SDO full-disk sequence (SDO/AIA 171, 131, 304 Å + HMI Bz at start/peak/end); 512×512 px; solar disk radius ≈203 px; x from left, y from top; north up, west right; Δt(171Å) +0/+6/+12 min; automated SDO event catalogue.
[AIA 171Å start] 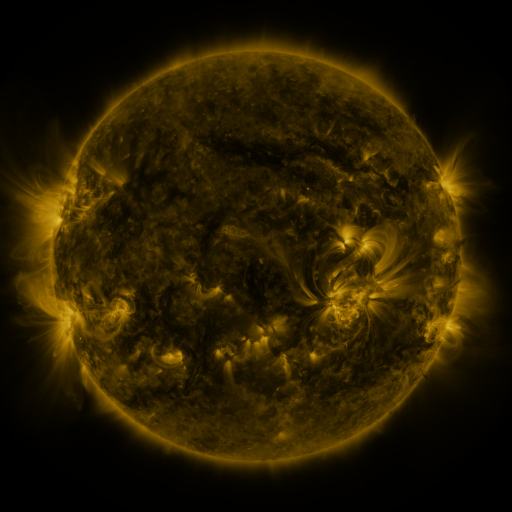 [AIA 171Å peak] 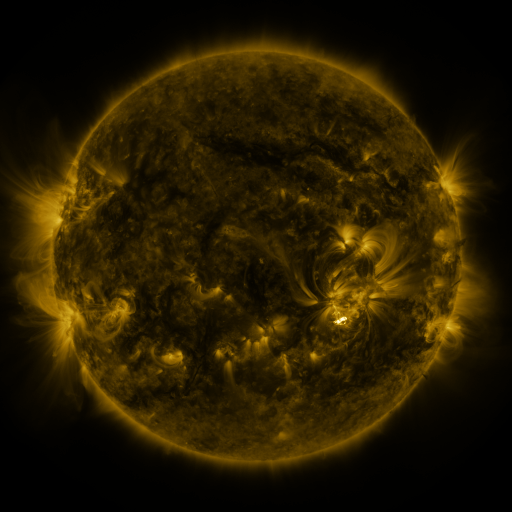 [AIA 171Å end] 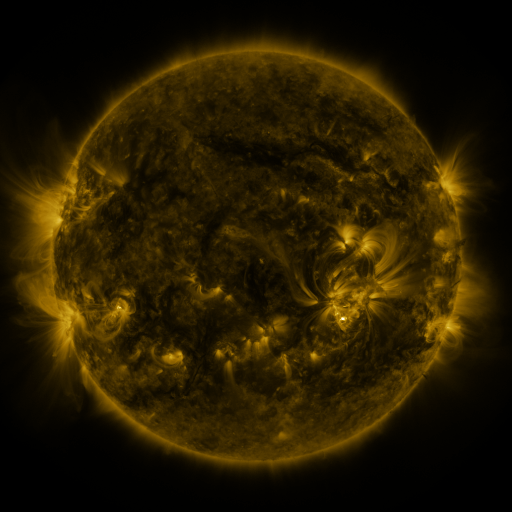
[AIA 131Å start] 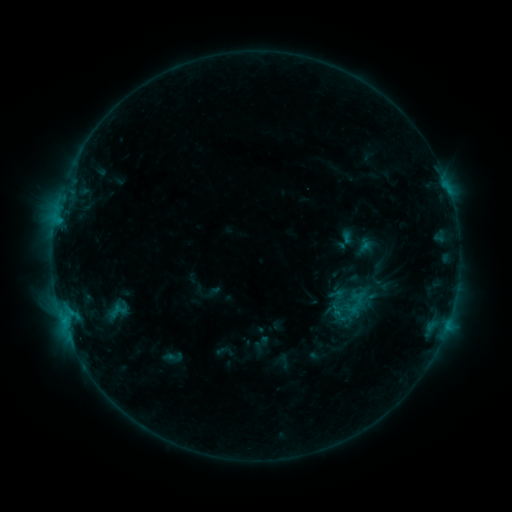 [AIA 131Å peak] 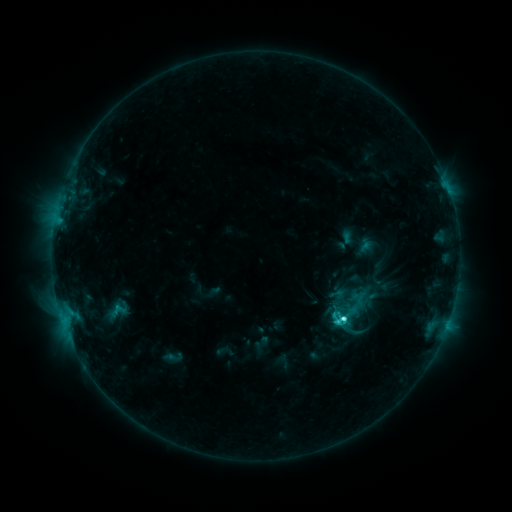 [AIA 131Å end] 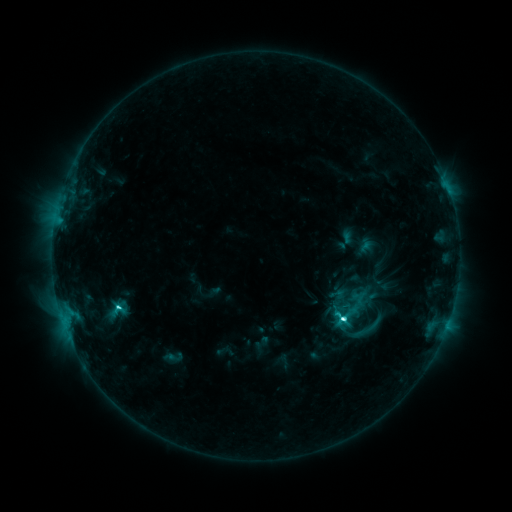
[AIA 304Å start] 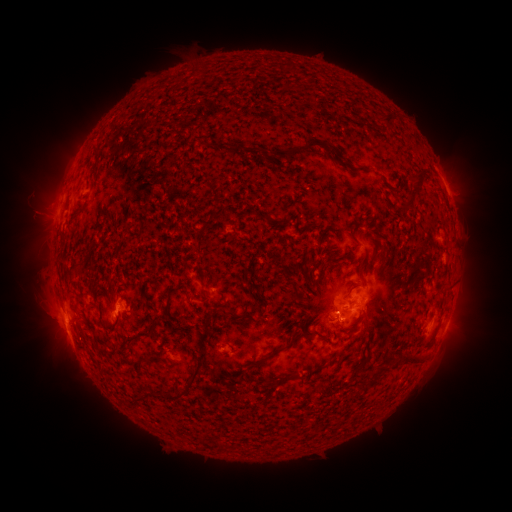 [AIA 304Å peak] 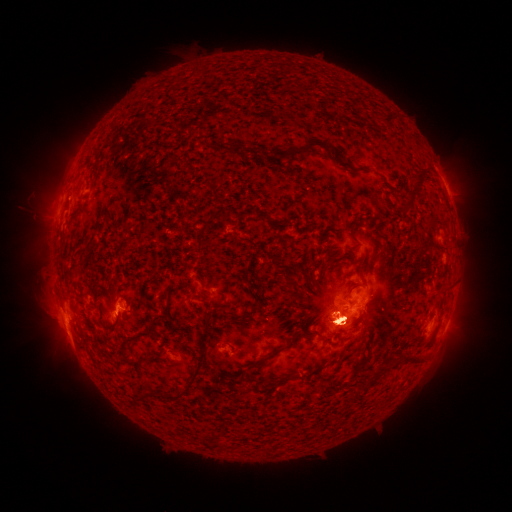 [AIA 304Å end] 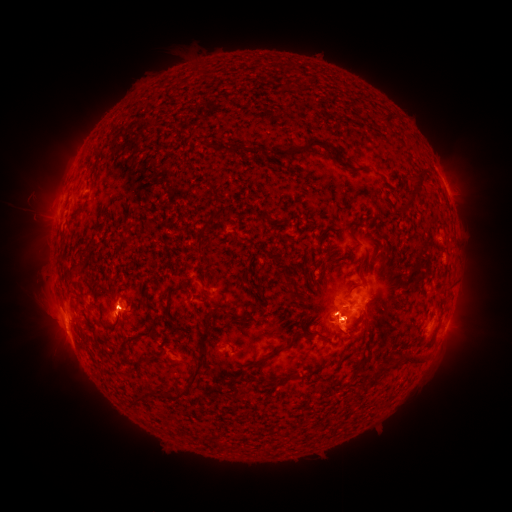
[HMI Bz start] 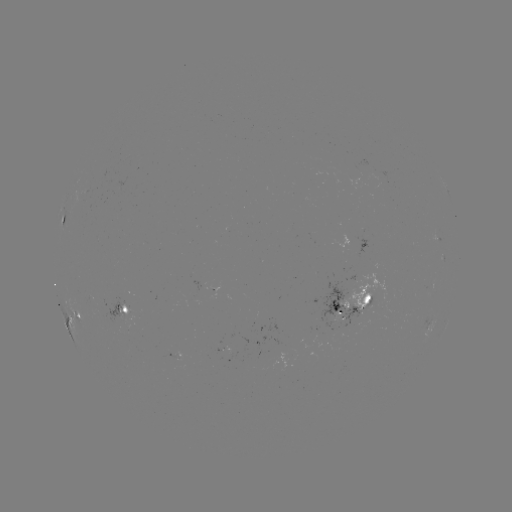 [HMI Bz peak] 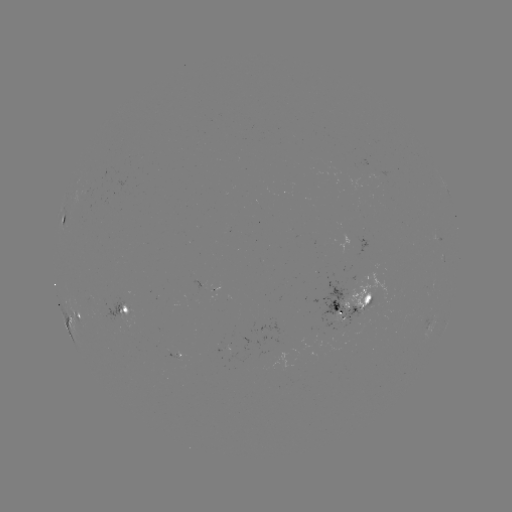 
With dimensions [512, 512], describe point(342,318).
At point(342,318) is C6.4 flare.